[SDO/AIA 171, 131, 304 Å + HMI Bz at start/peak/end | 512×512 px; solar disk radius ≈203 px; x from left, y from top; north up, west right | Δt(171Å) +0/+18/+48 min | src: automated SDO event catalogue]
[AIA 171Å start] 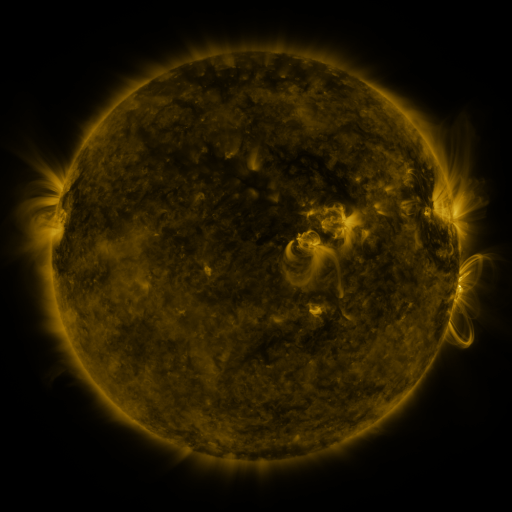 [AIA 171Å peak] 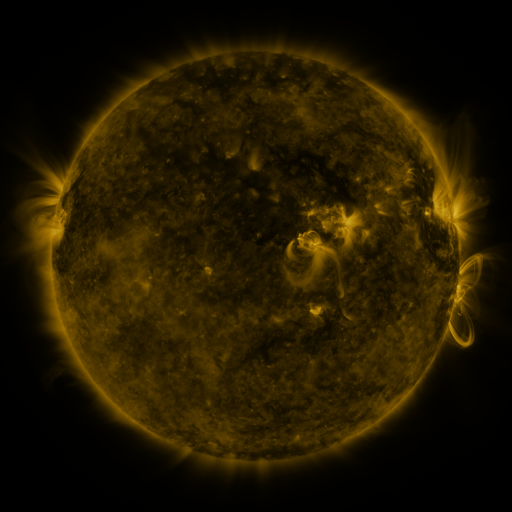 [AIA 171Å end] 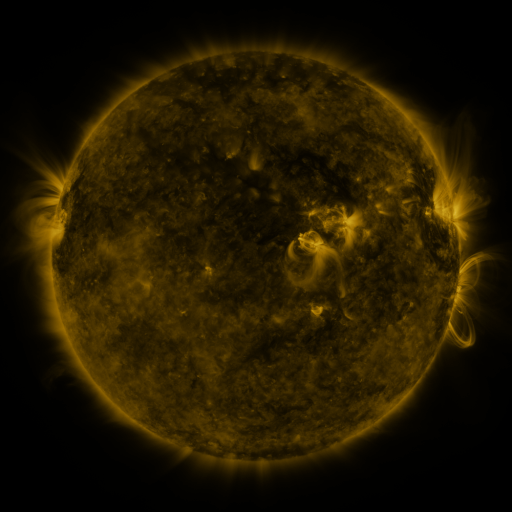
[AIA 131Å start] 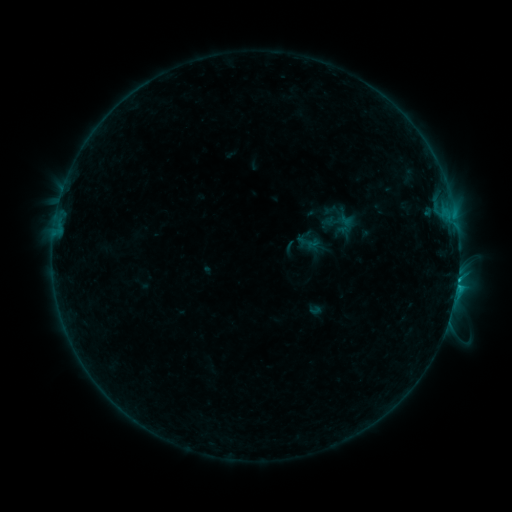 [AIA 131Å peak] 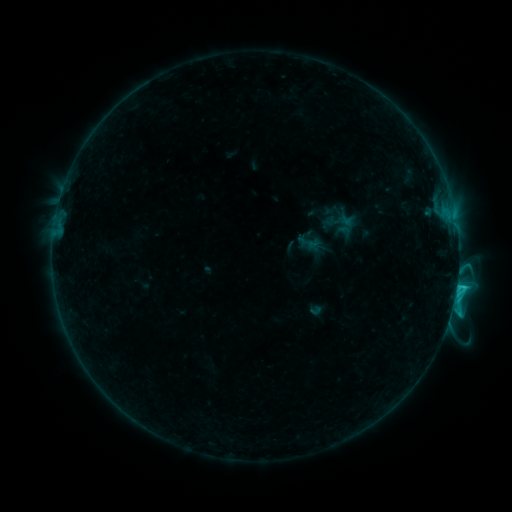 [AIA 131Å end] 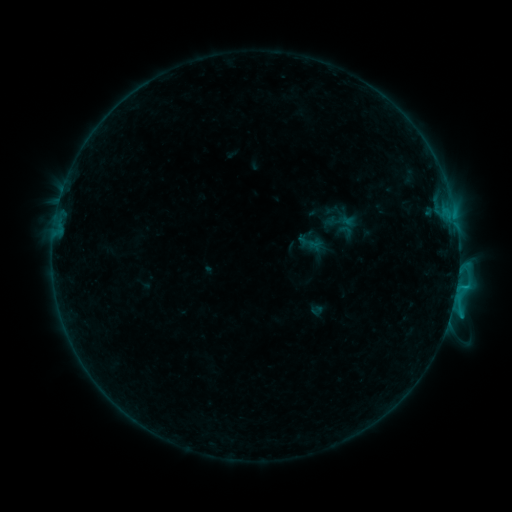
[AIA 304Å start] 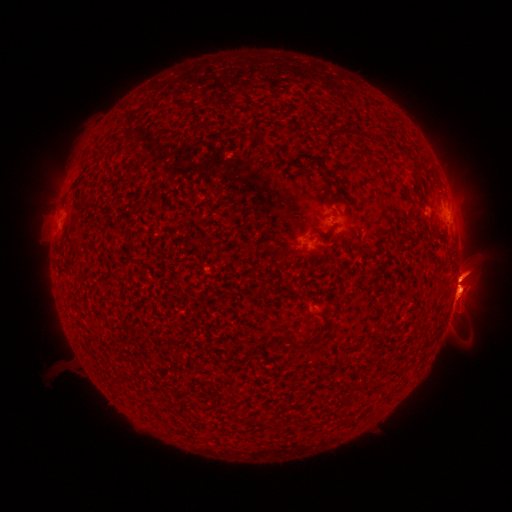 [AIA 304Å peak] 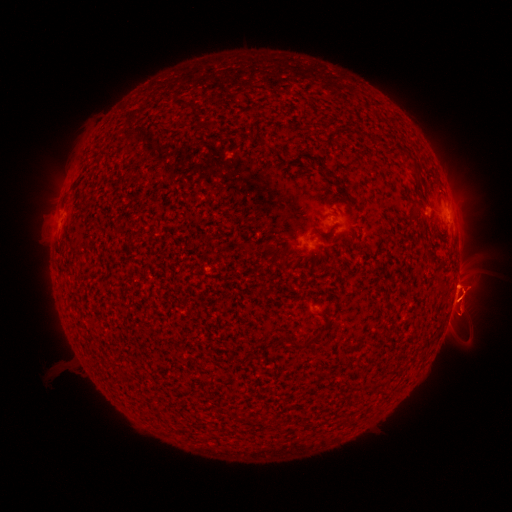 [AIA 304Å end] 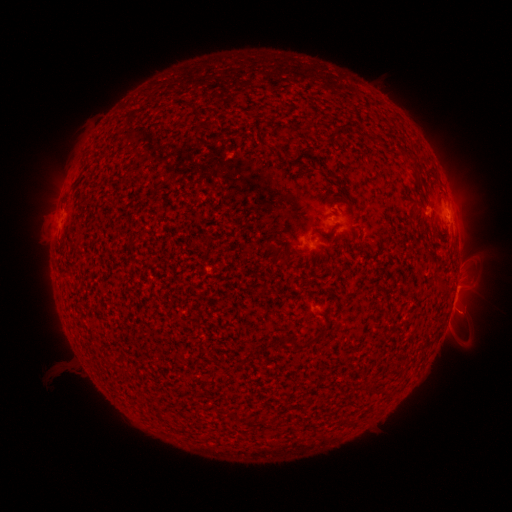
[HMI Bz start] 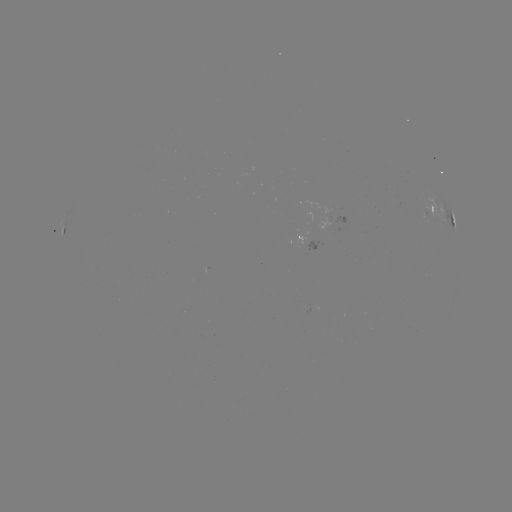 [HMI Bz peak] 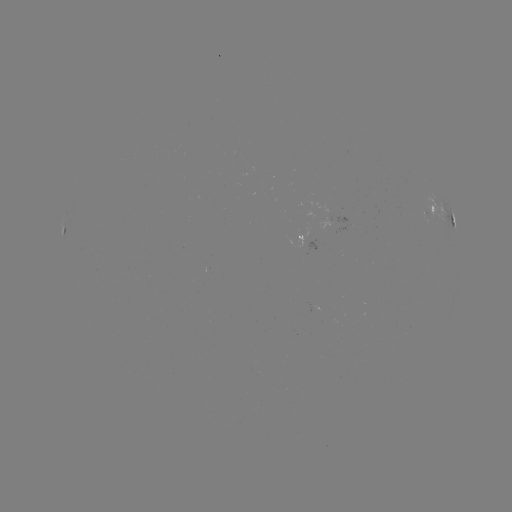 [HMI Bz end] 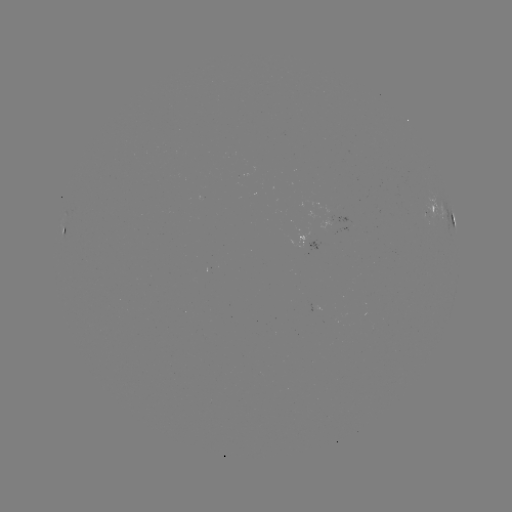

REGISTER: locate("C1.9 flare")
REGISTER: [456, 288]